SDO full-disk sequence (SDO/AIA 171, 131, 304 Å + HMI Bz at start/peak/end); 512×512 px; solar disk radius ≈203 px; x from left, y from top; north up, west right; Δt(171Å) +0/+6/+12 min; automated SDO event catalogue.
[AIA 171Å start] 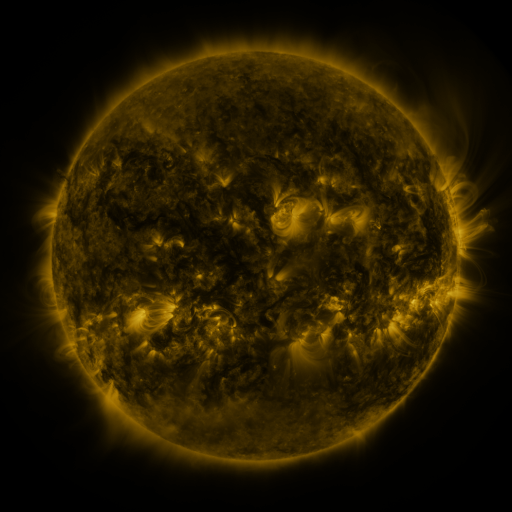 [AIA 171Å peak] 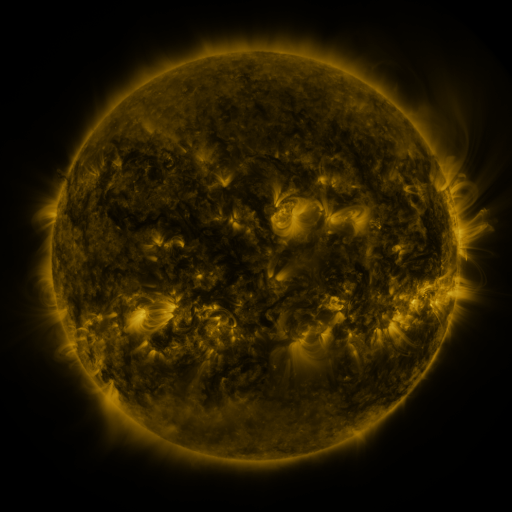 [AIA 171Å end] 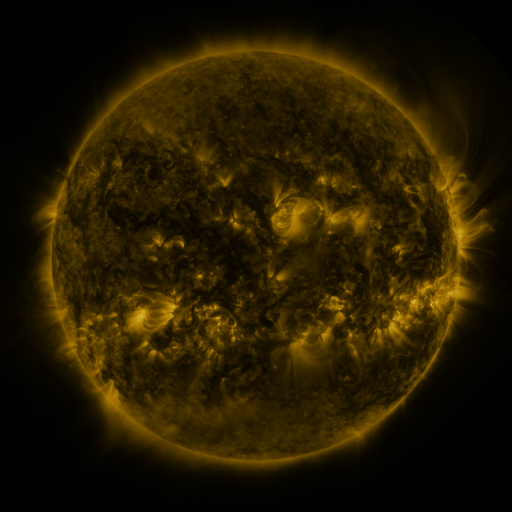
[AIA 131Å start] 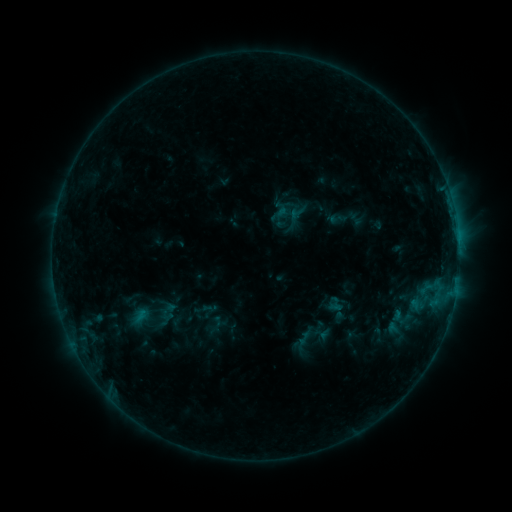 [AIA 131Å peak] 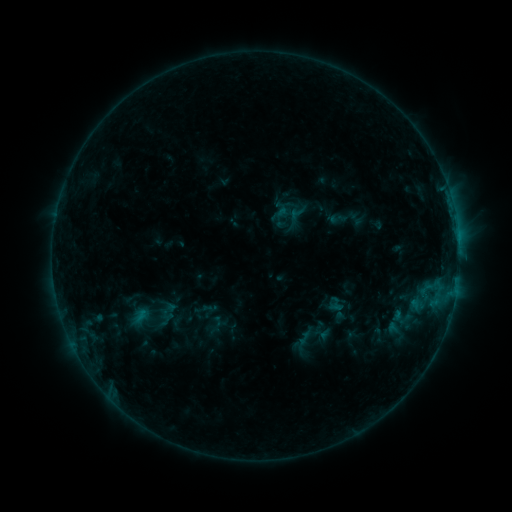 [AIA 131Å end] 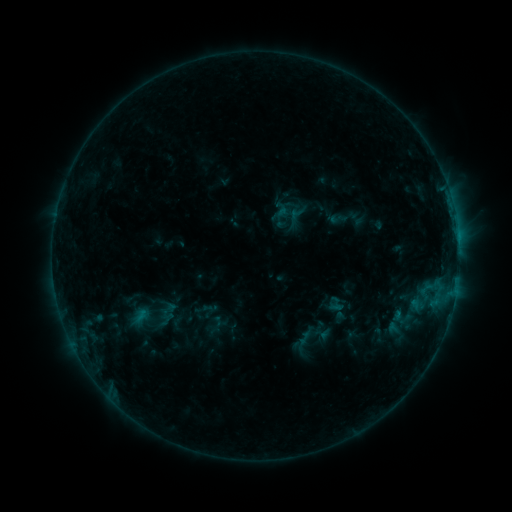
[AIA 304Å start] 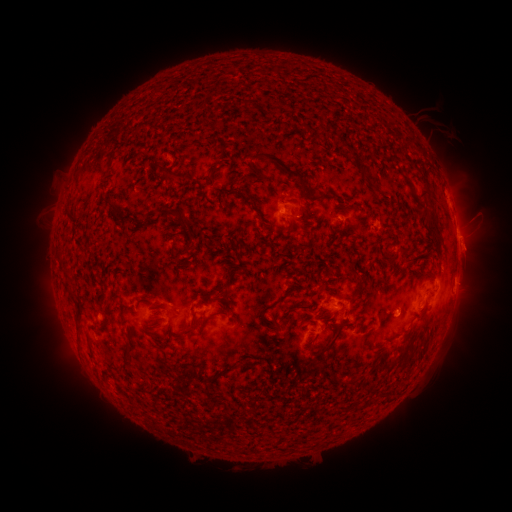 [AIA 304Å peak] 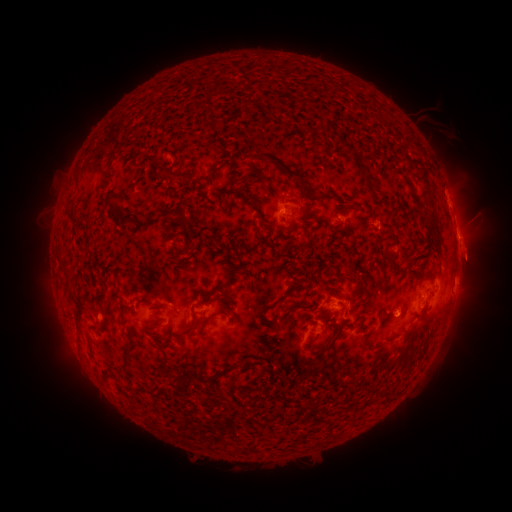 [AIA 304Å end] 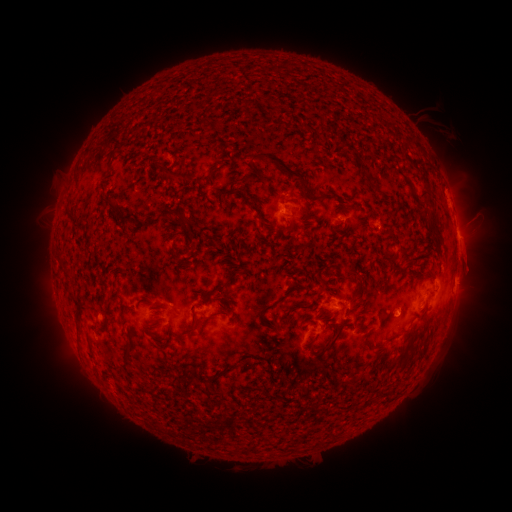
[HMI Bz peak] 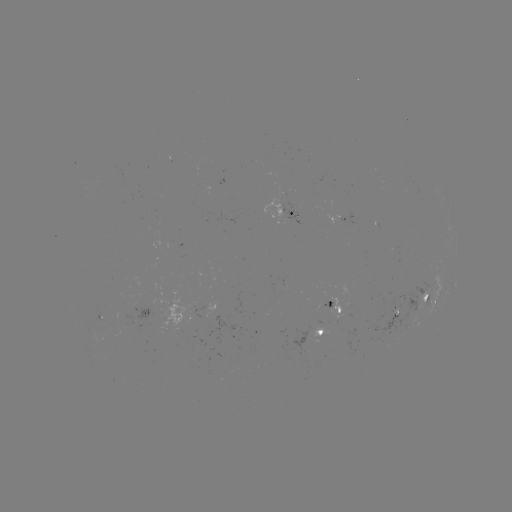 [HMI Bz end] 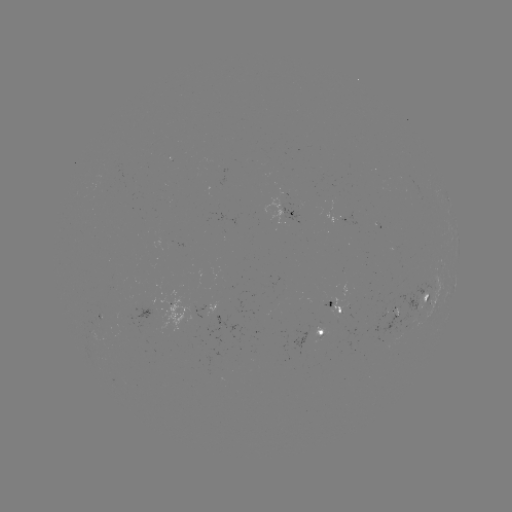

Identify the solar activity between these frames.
eruption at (473, 258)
